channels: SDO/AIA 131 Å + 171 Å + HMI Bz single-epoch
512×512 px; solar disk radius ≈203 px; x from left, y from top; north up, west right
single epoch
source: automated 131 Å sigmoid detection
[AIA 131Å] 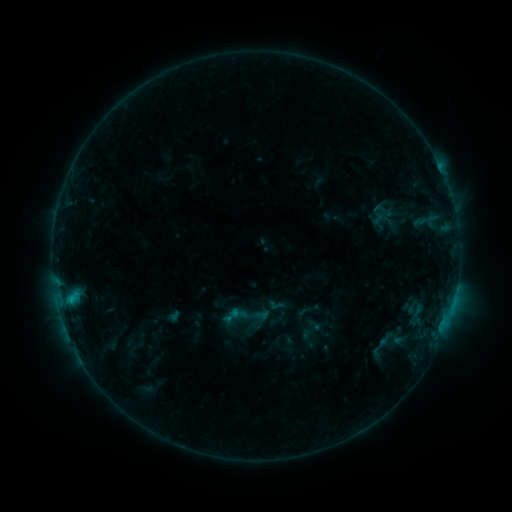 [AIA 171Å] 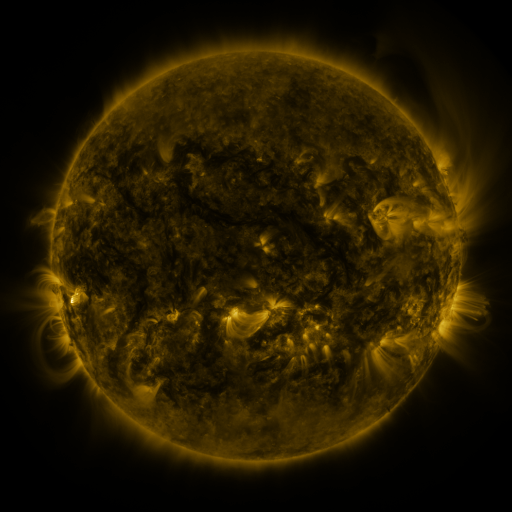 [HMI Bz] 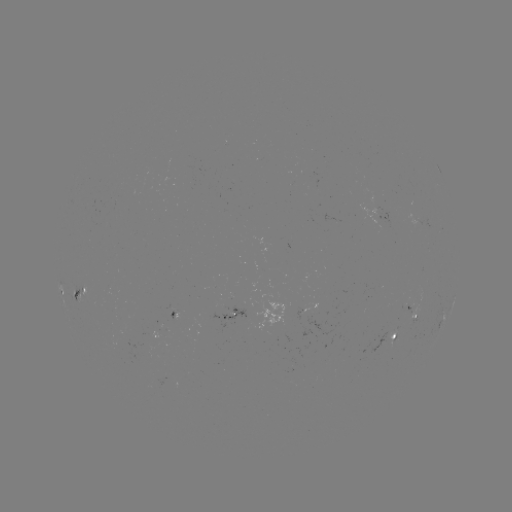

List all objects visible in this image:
sigmoid: (243, 317)
sigmoid: (388, 338)
